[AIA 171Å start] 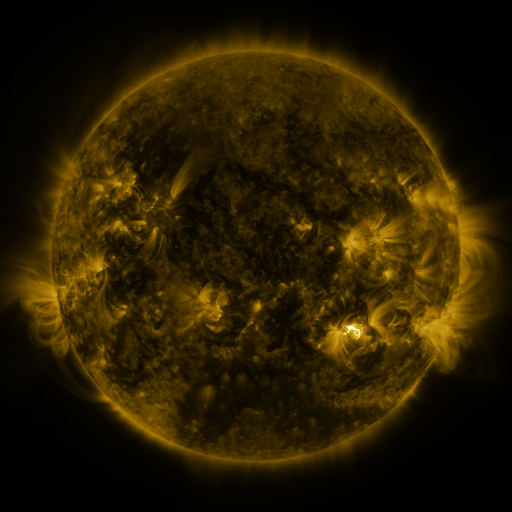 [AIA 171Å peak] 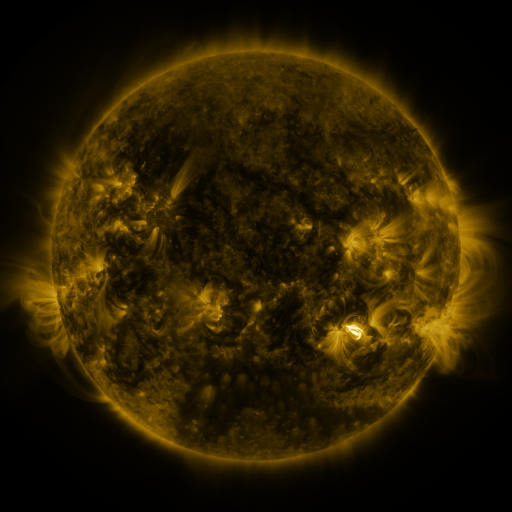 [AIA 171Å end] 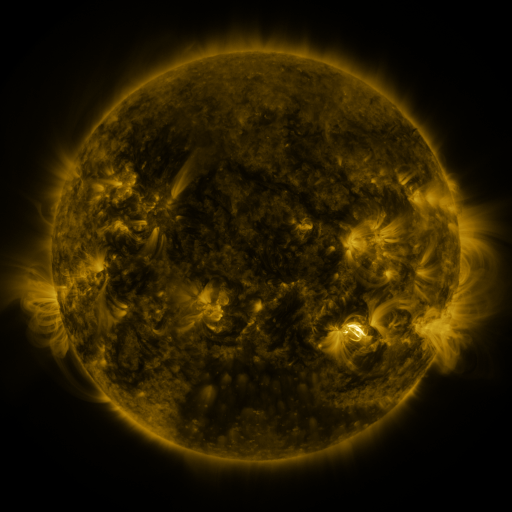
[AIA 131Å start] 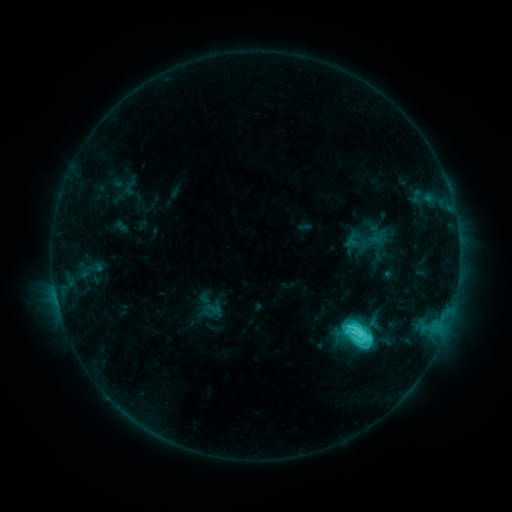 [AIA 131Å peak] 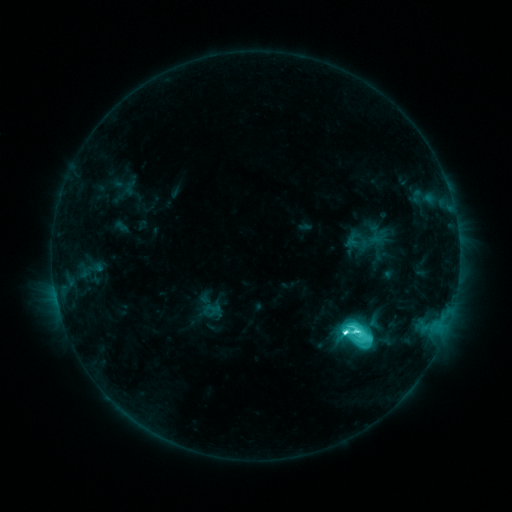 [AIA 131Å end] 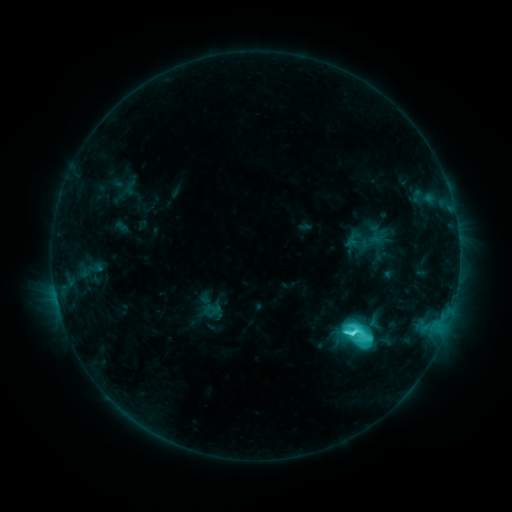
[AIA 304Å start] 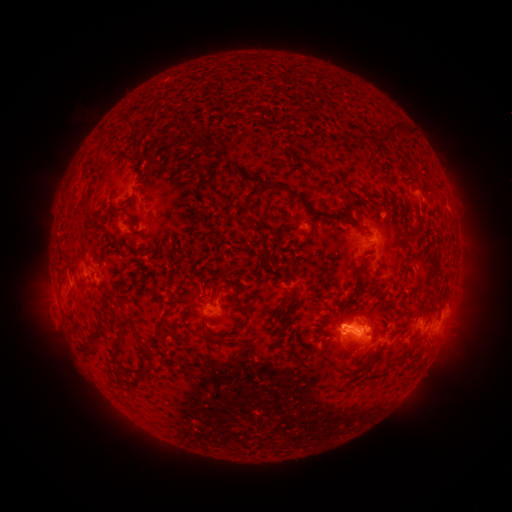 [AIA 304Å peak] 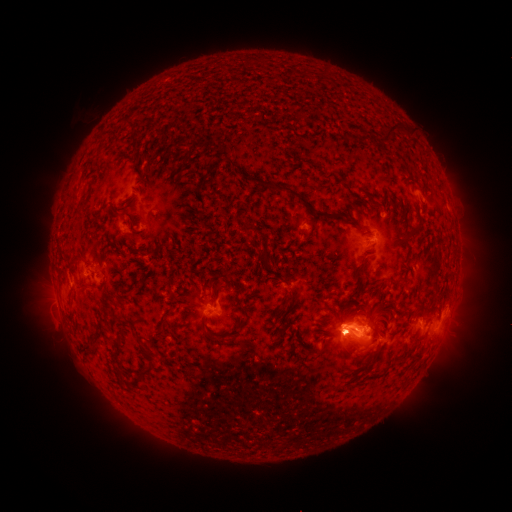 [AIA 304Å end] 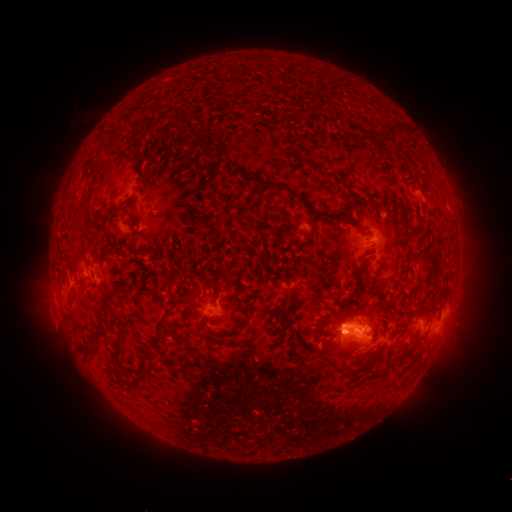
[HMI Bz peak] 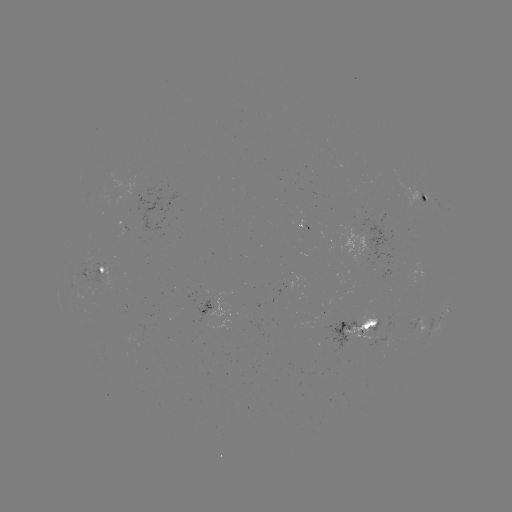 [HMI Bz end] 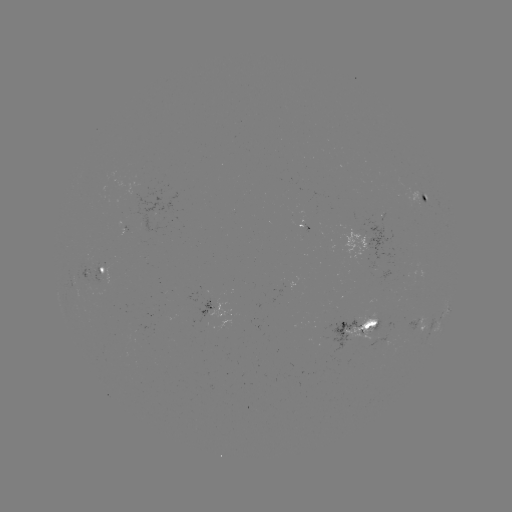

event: flare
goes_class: M1.3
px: (345, 330)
